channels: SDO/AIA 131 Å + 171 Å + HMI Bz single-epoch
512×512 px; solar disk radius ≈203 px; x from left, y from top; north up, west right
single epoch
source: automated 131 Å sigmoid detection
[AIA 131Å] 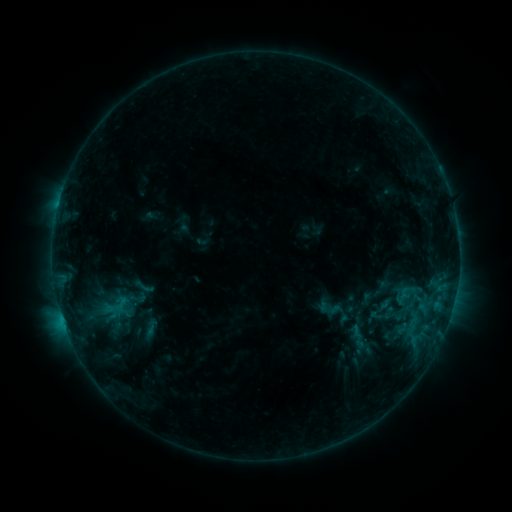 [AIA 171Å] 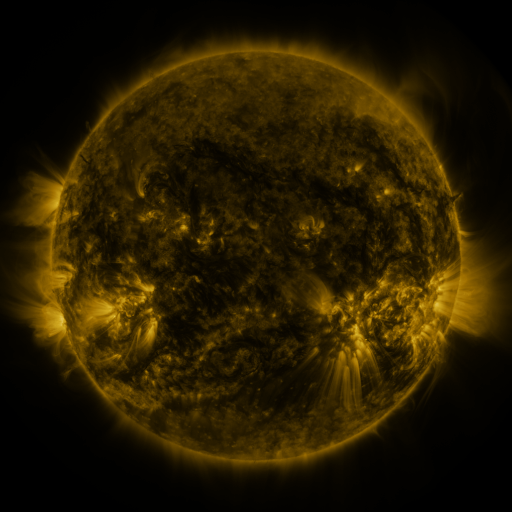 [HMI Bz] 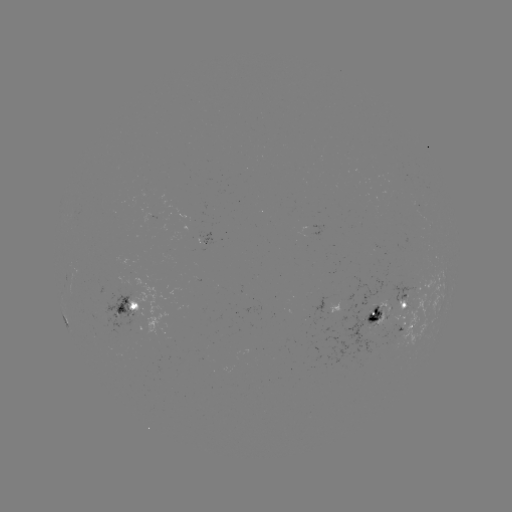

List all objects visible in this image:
sigmoid: (131, 275, 156, 298)
sigmoid: (367, 296, 394, 324)
sigmoid: (135, 319, 165, 341)
